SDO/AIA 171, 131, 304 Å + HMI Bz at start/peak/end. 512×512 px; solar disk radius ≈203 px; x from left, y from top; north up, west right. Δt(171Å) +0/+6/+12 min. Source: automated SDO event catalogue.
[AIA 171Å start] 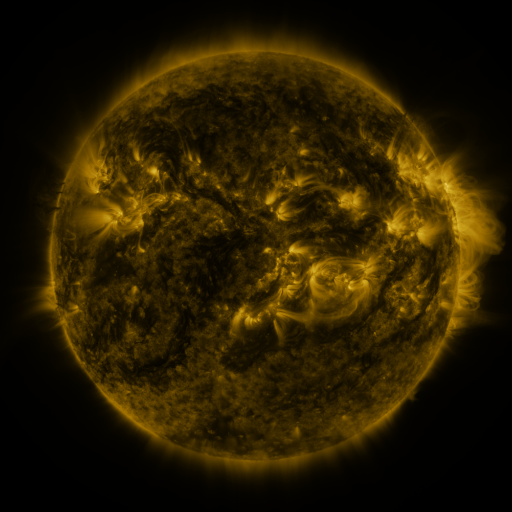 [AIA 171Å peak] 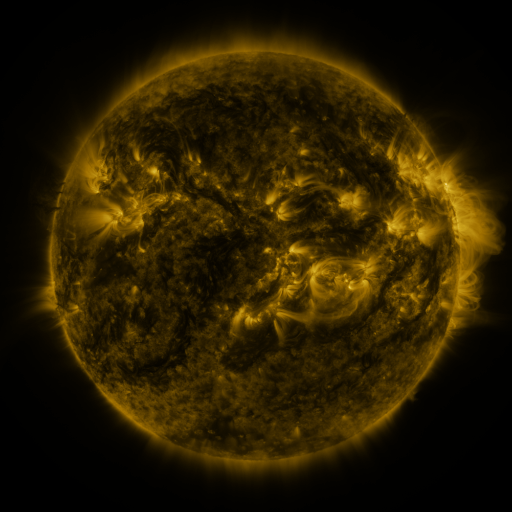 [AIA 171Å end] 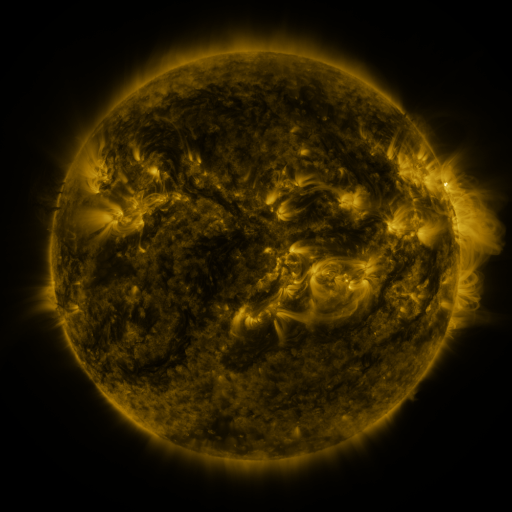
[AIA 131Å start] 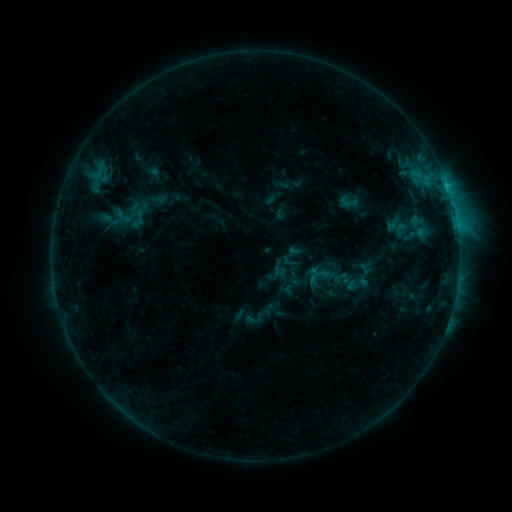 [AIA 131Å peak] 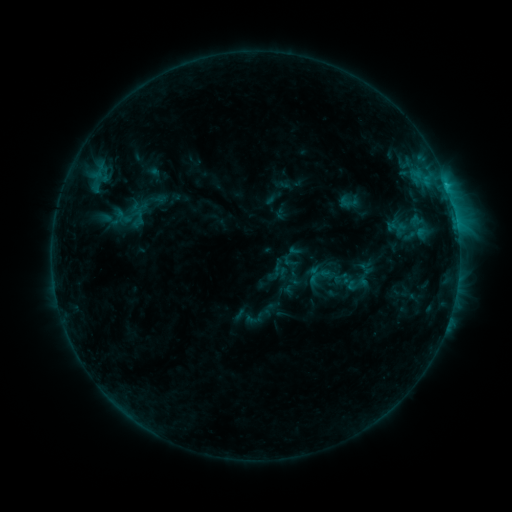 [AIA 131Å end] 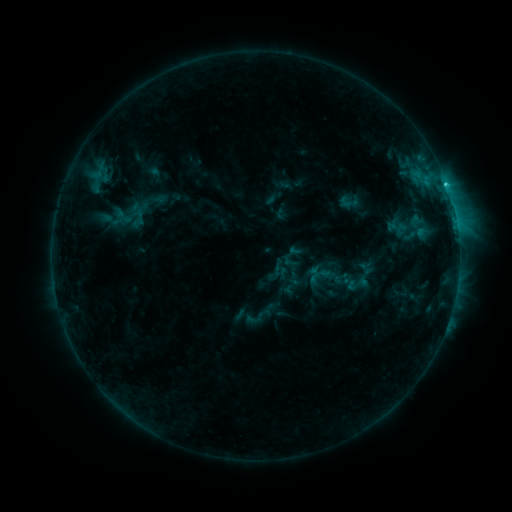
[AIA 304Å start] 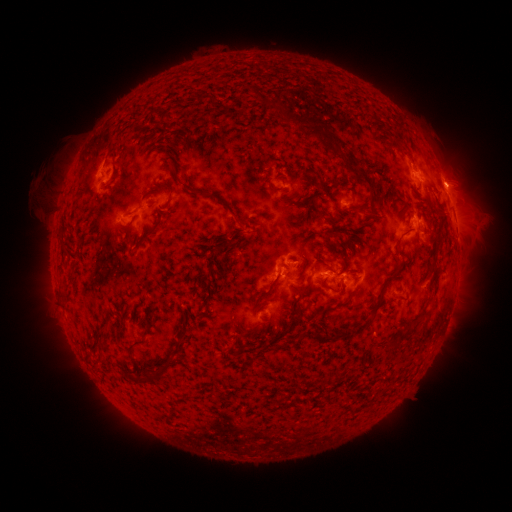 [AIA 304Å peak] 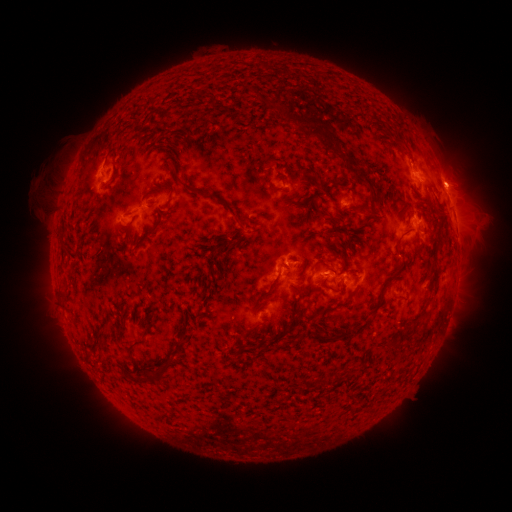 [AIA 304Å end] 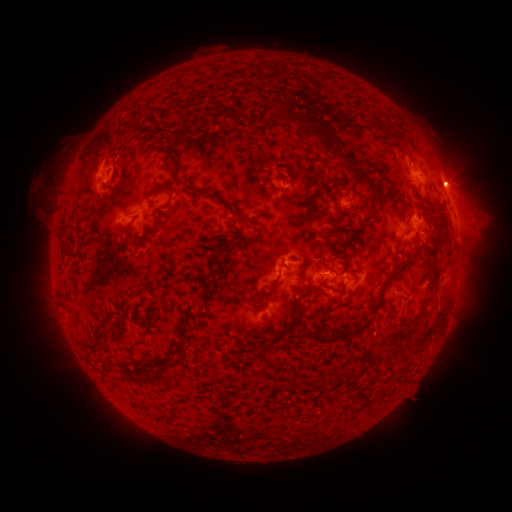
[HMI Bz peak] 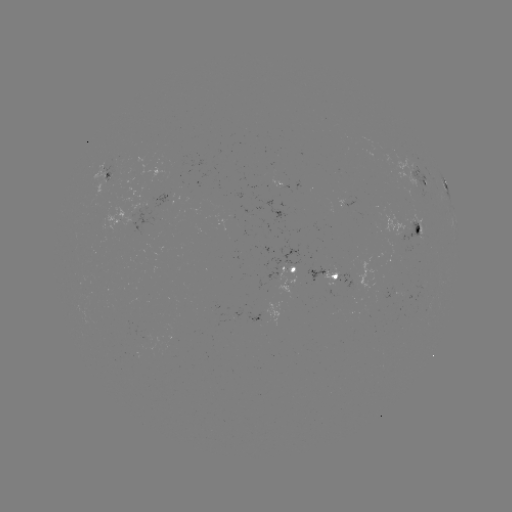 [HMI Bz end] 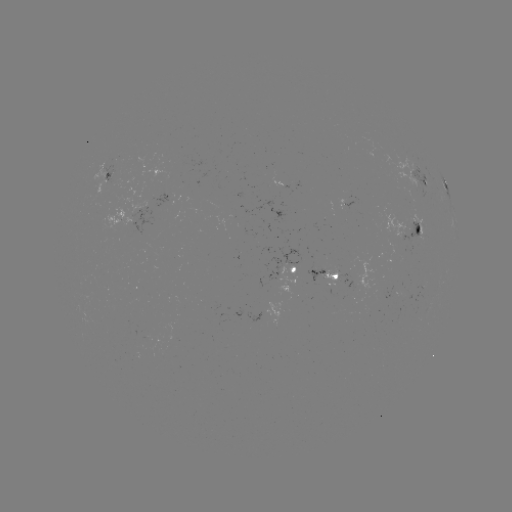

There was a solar flare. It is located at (446, 185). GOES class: C1.2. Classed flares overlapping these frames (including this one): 1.